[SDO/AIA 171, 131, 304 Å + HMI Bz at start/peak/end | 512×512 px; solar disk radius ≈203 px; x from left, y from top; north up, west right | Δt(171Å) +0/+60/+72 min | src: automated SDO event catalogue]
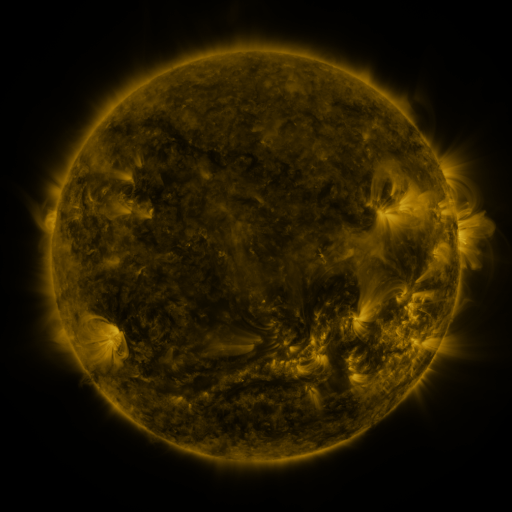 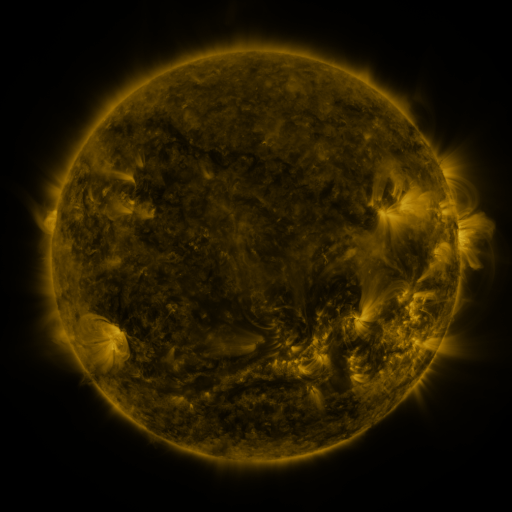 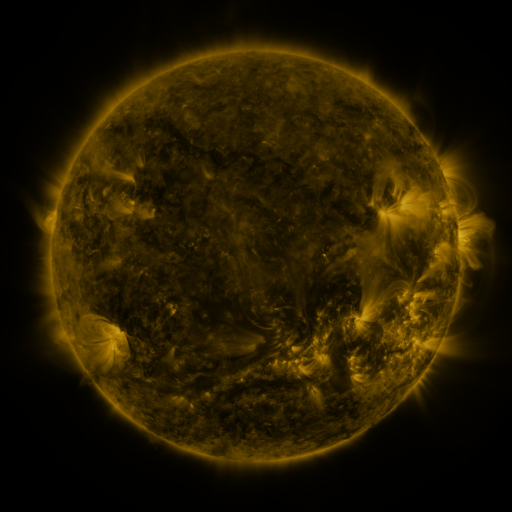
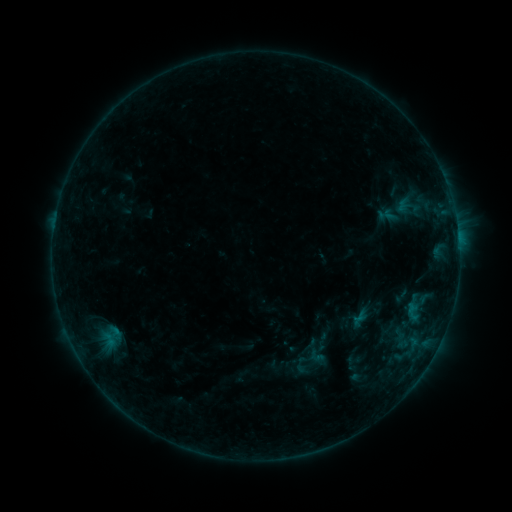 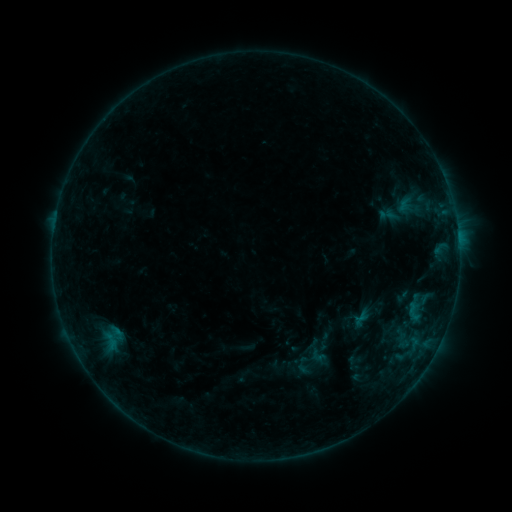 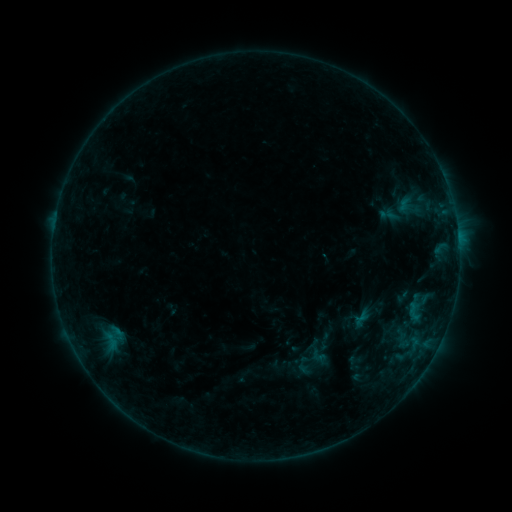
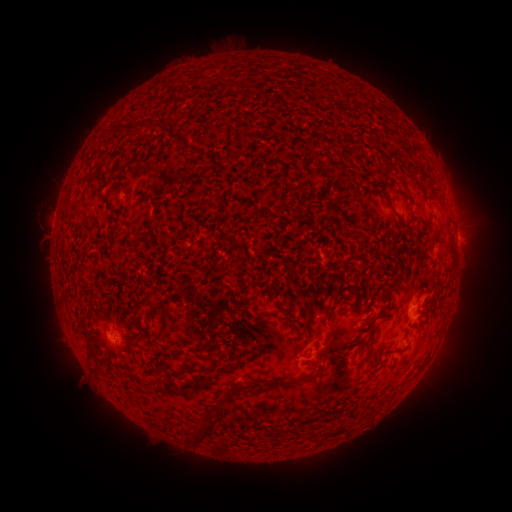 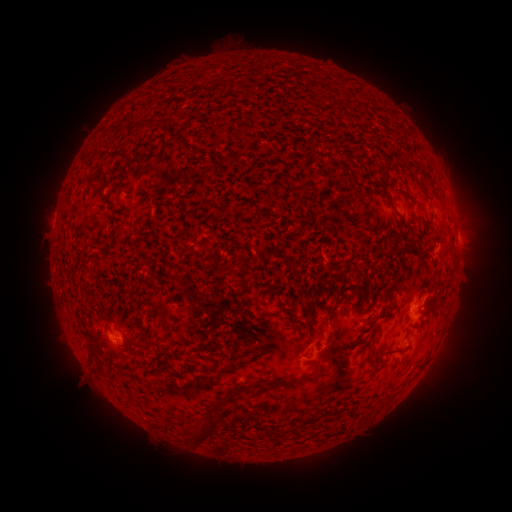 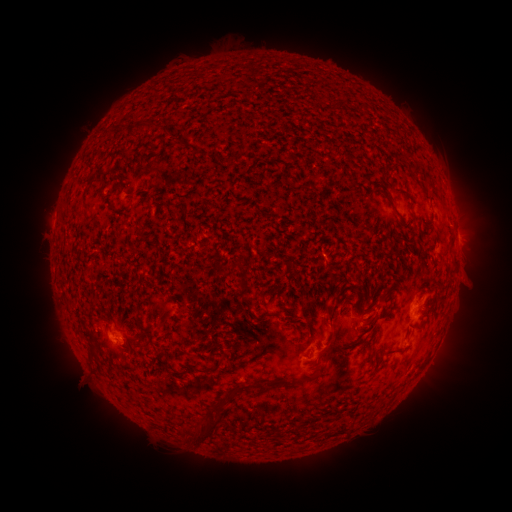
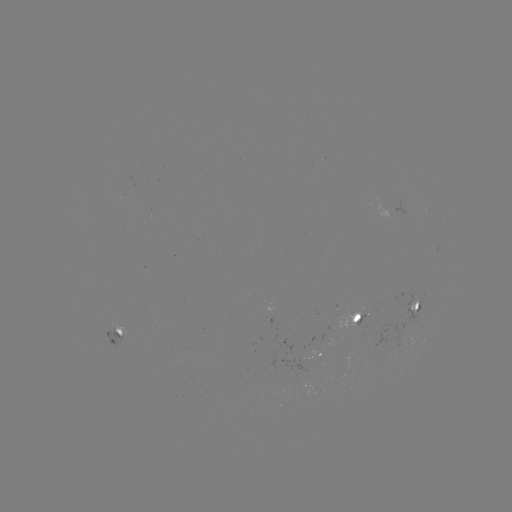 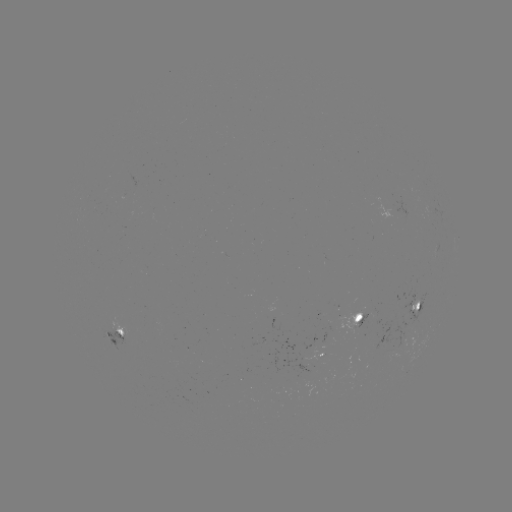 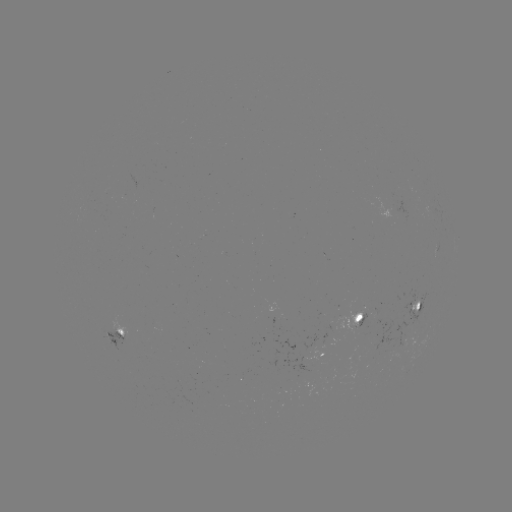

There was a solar emerging-flux region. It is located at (355, 316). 